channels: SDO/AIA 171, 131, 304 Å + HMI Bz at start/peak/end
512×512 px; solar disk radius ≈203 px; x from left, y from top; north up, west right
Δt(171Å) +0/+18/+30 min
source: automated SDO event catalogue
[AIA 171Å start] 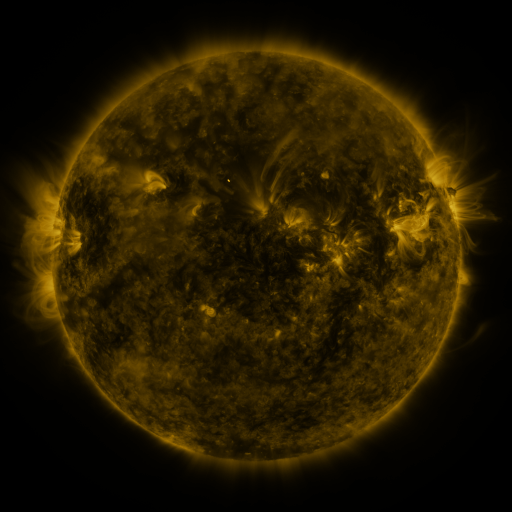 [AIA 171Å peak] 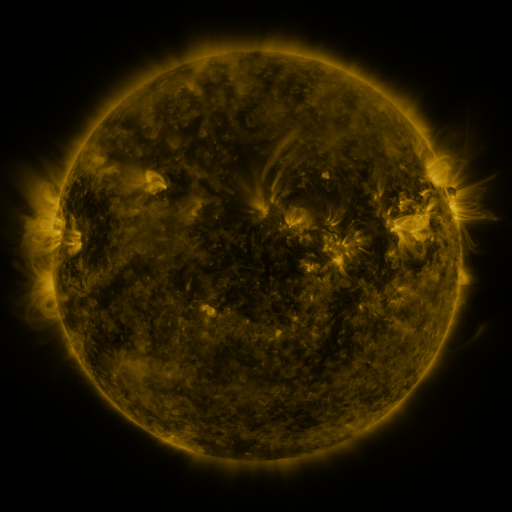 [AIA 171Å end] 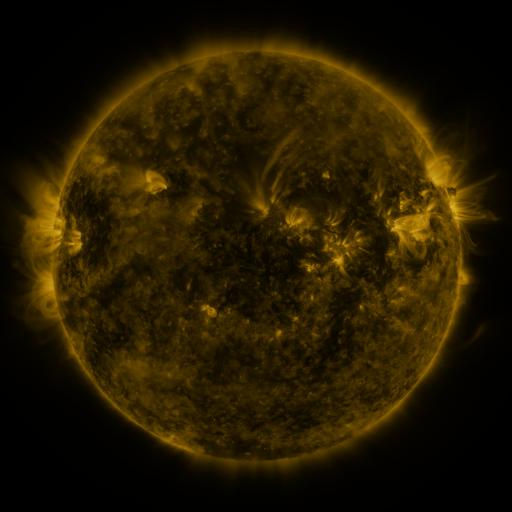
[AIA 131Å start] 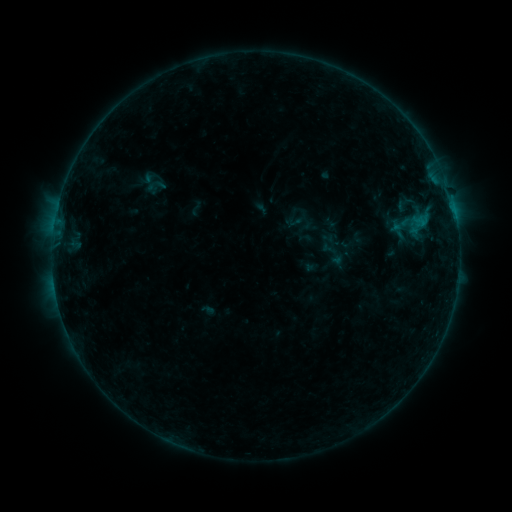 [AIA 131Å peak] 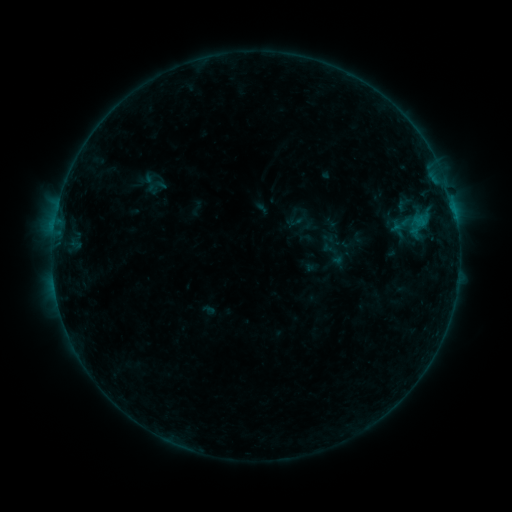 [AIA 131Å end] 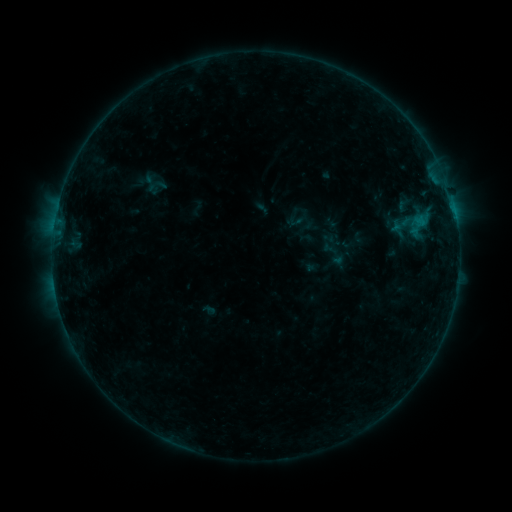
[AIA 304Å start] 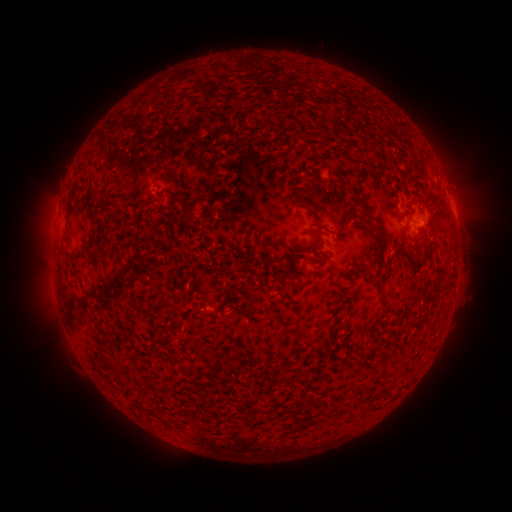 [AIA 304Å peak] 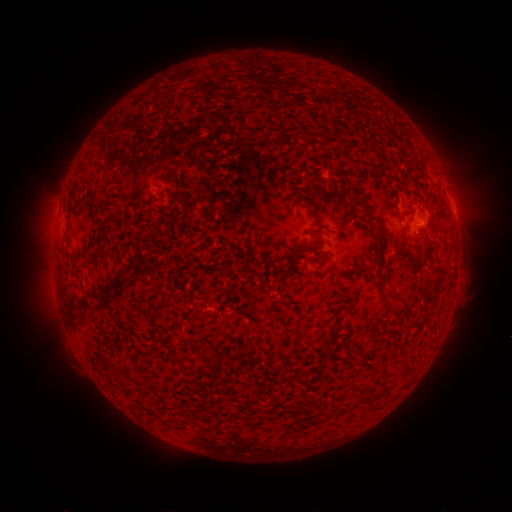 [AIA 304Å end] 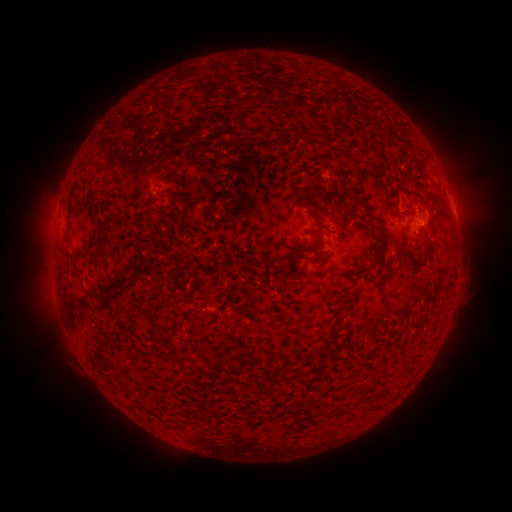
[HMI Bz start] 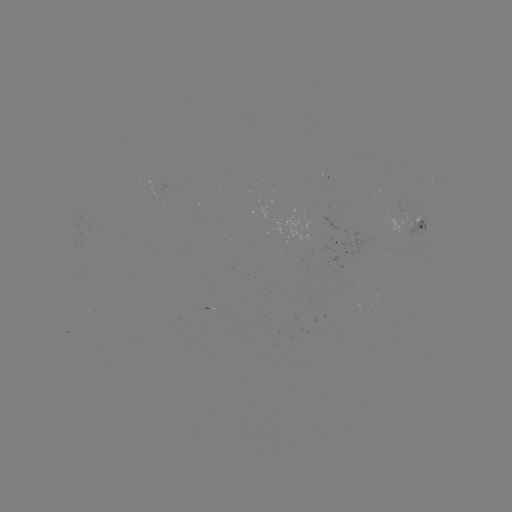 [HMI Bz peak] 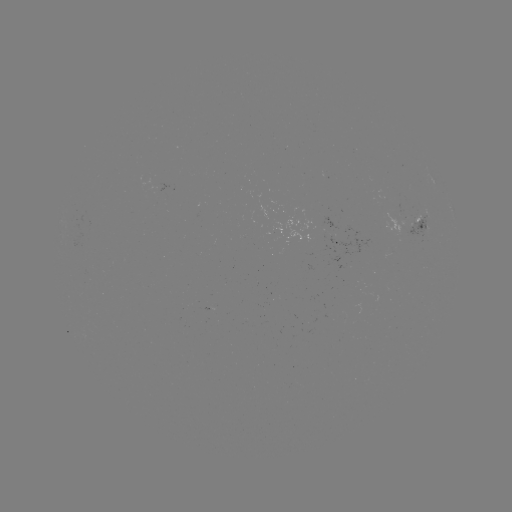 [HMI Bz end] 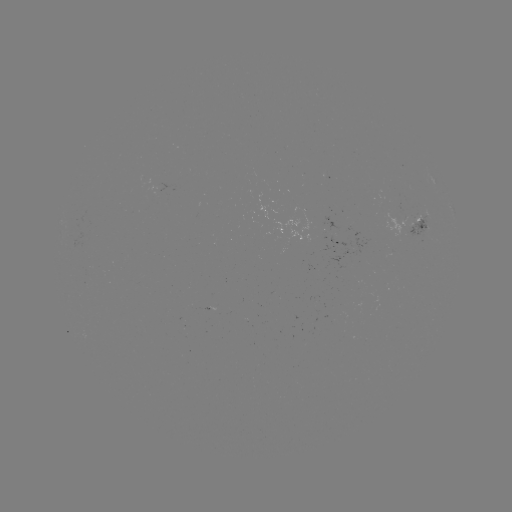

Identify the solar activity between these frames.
no classed flare was catalogued and no EUV brightening was flagged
